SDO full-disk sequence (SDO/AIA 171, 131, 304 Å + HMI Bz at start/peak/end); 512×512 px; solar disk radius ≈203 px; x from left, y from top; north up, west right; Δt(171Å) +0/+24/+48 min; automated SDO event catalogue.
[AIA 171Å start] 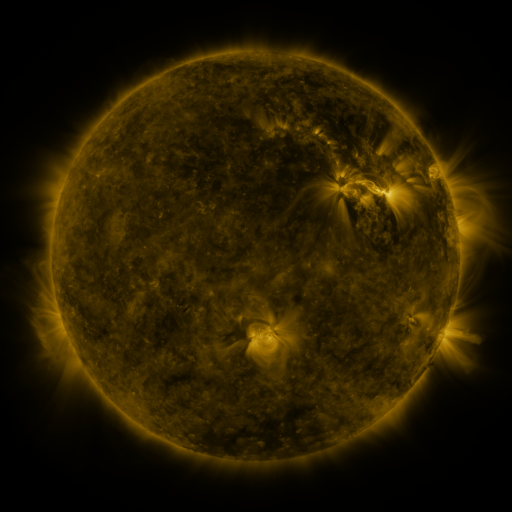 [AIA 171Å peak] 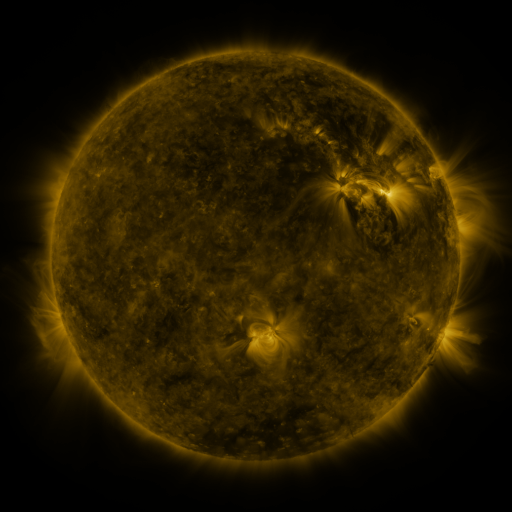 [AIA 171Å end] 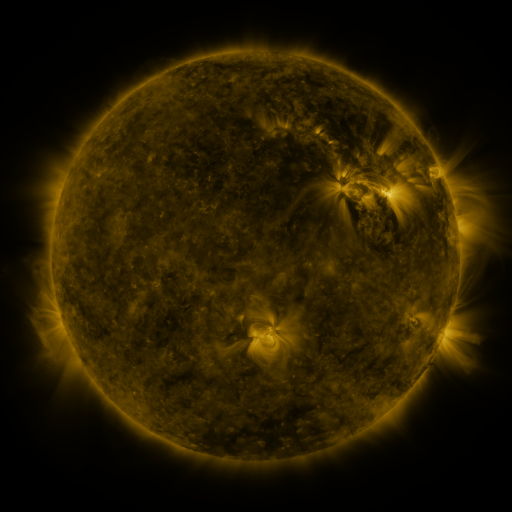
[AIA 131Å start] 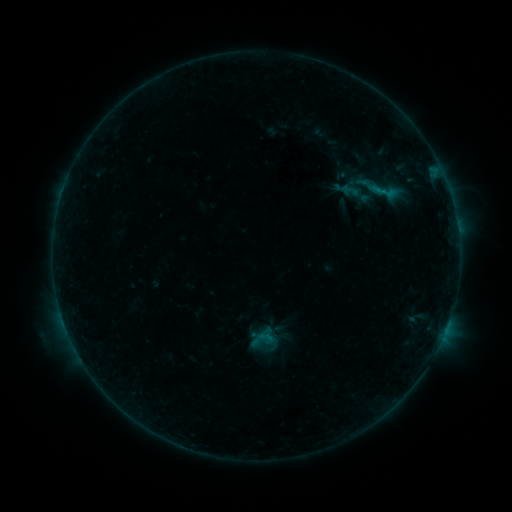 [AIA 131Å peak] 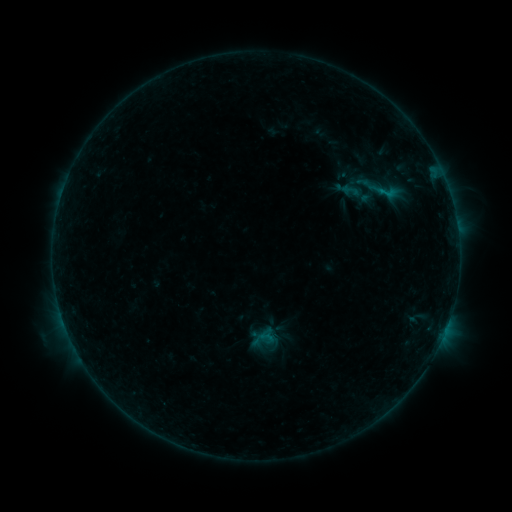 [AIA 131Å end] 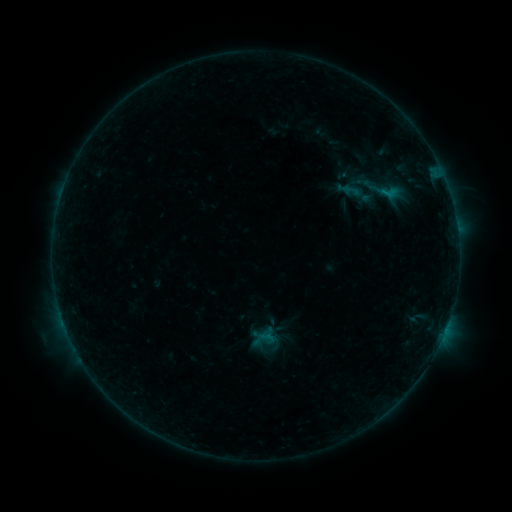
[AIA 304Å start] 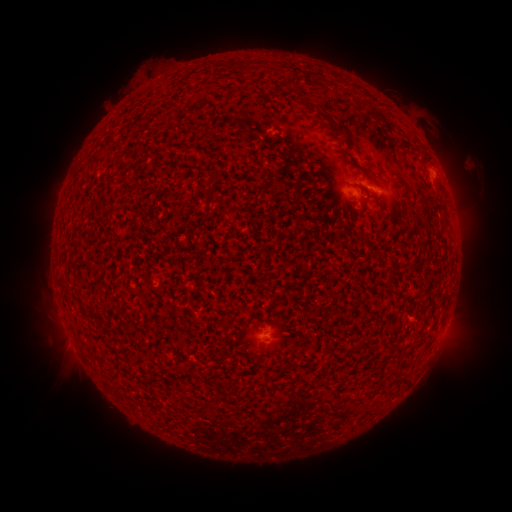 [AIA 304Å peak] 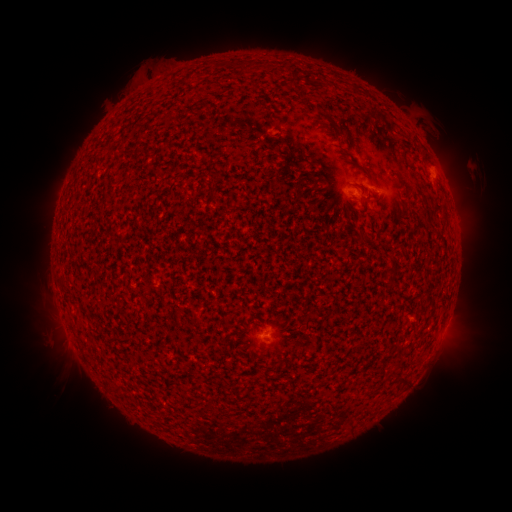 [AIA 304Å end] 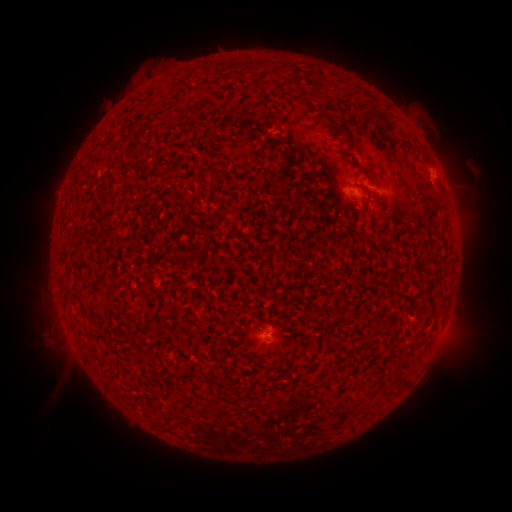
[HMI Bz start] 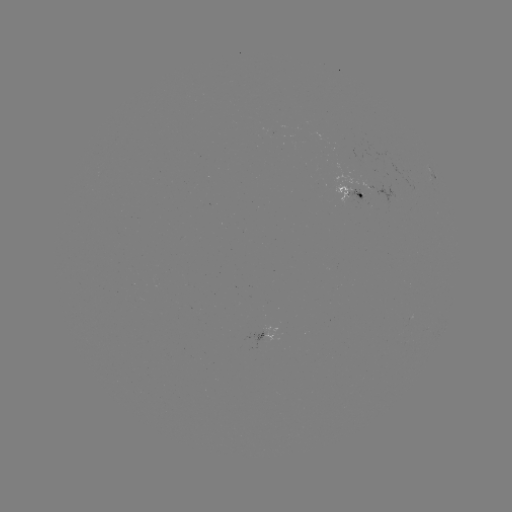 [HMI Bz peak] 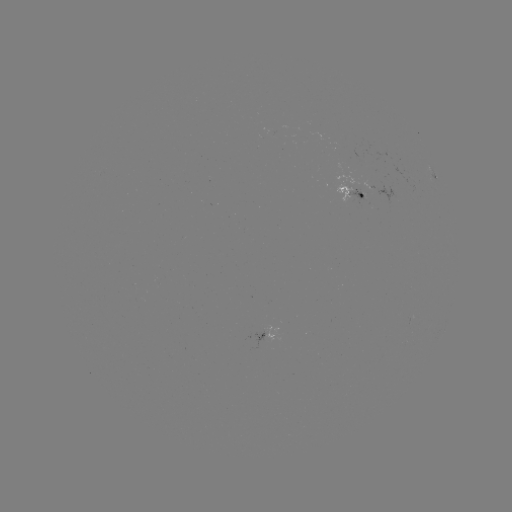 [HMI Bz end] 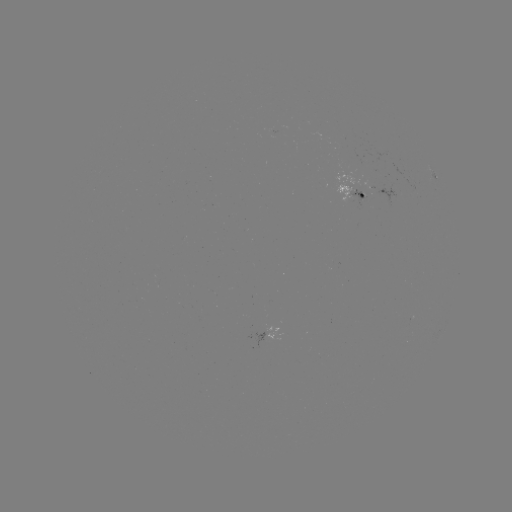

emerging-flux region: <bbox>333, 183, 354, 204</bbox>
